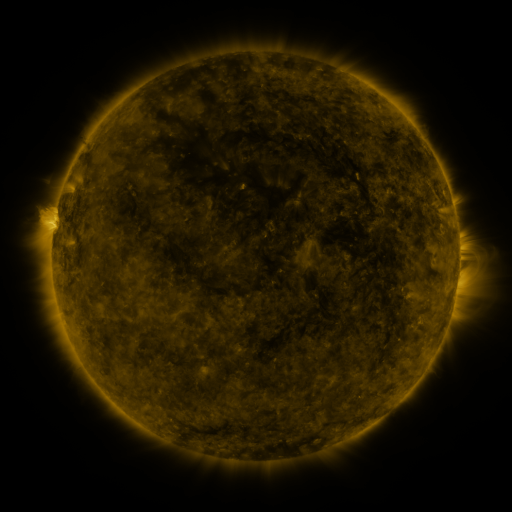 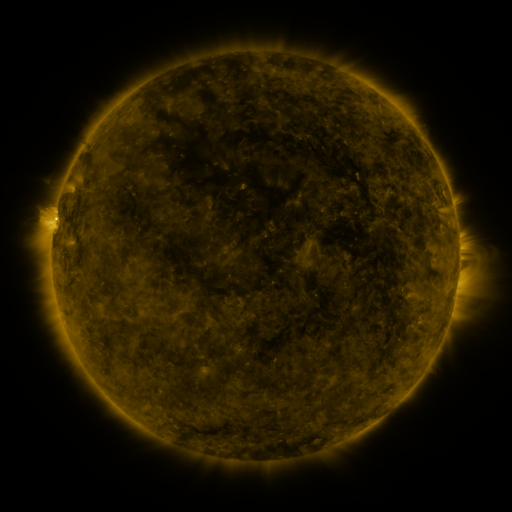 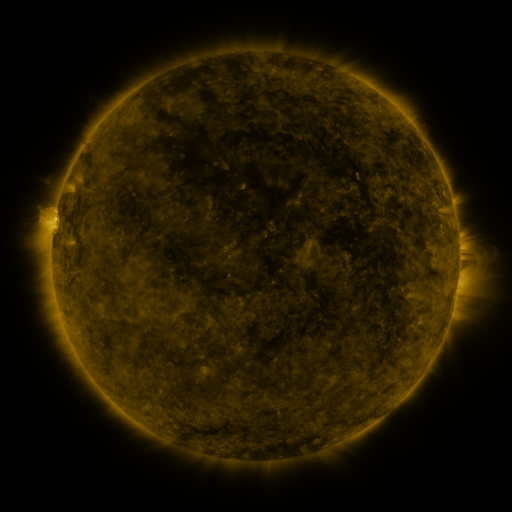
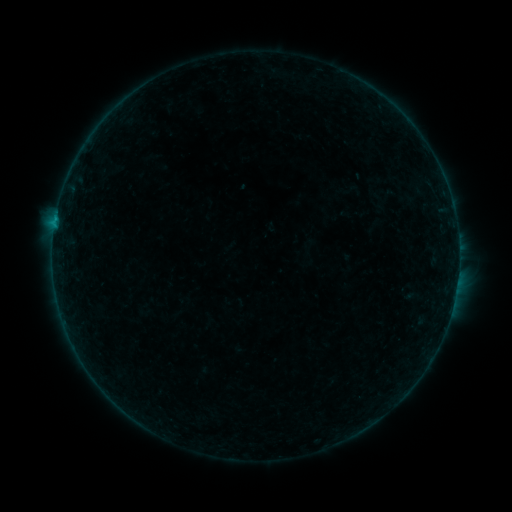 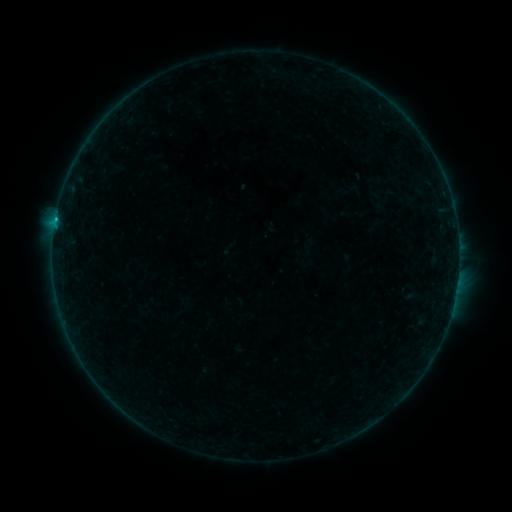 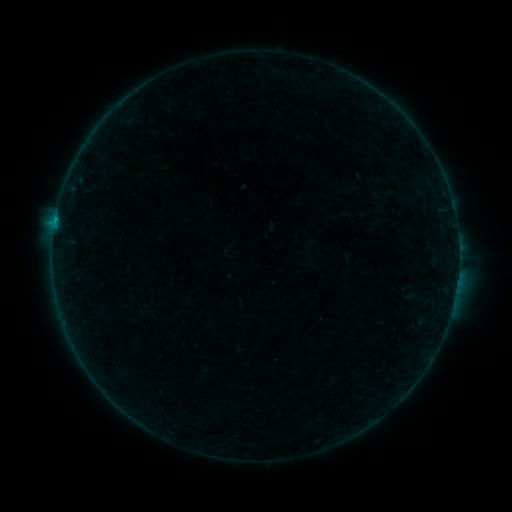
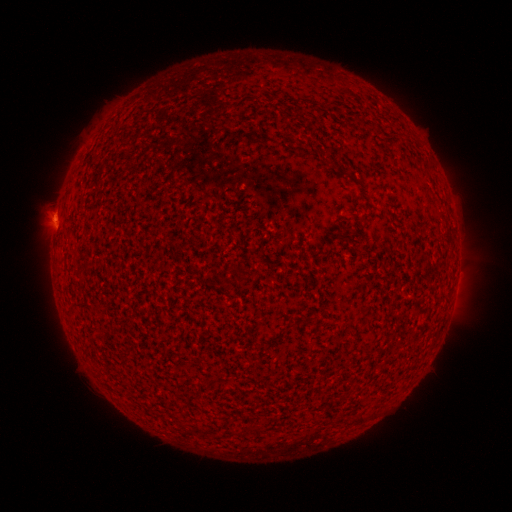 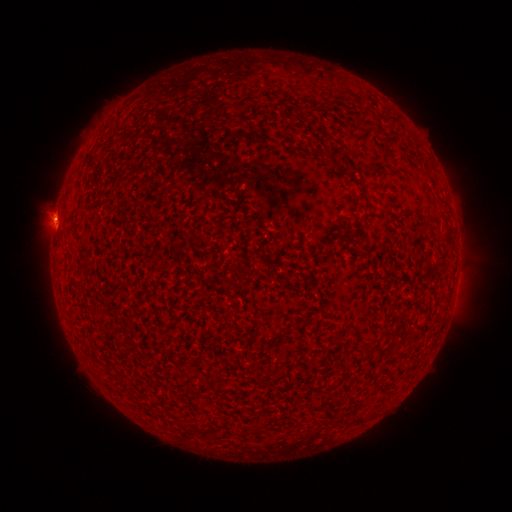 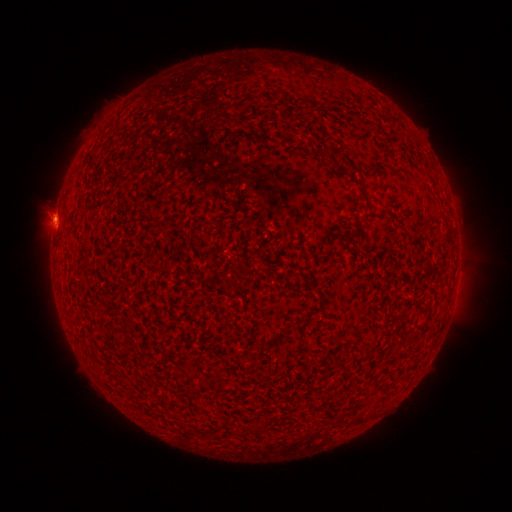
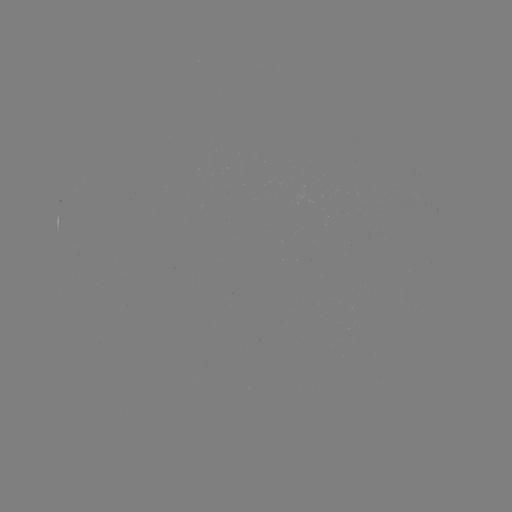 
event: flare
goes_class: B2.4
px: (55, 221)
